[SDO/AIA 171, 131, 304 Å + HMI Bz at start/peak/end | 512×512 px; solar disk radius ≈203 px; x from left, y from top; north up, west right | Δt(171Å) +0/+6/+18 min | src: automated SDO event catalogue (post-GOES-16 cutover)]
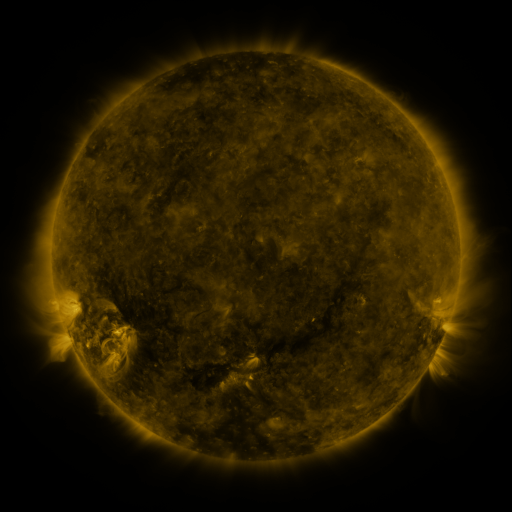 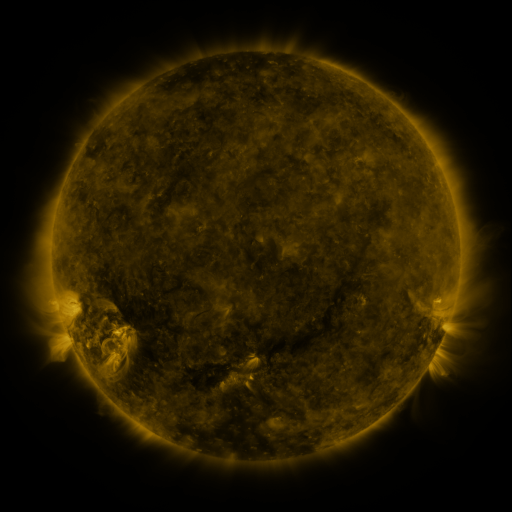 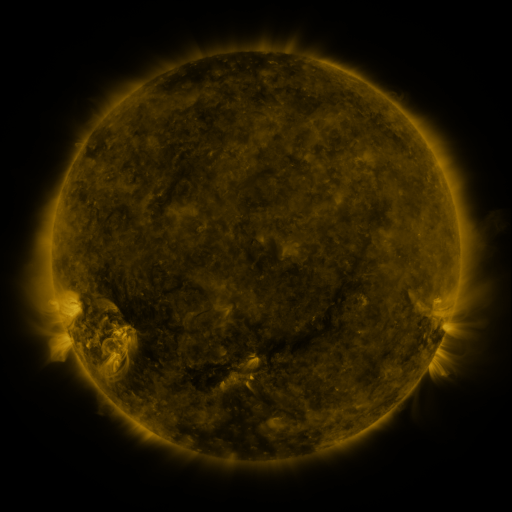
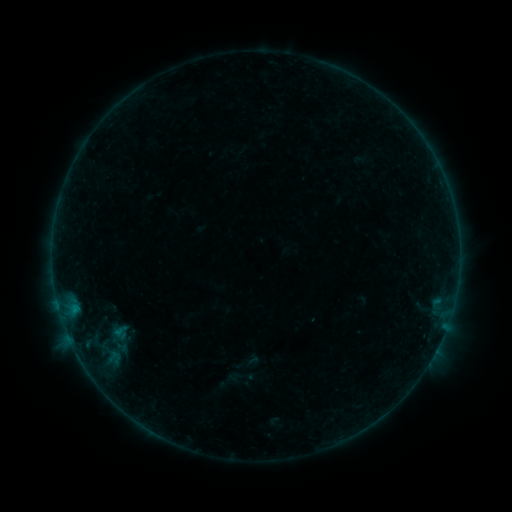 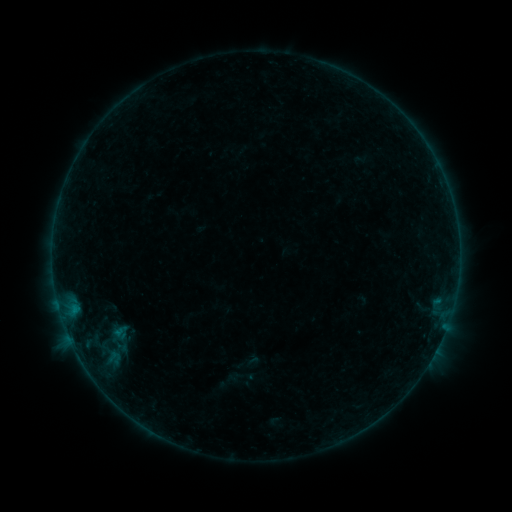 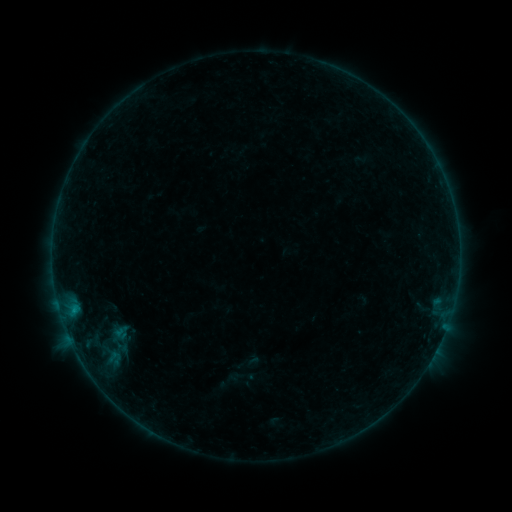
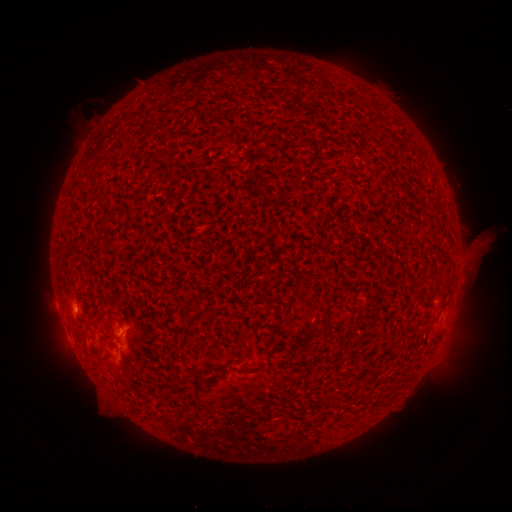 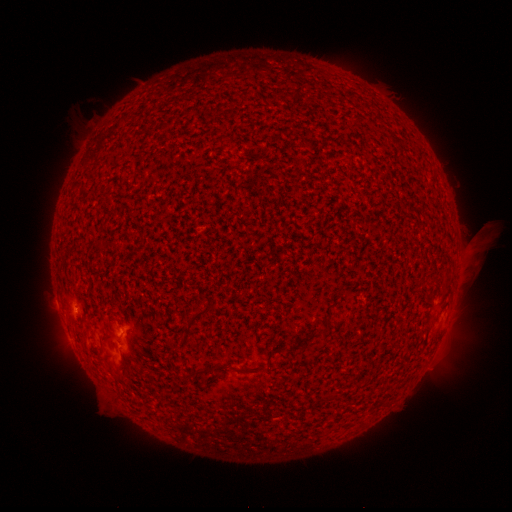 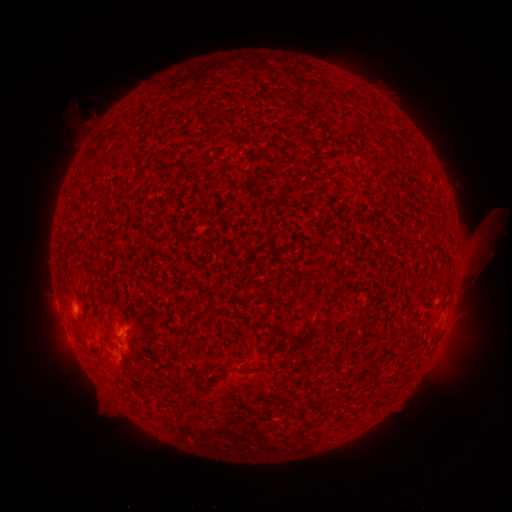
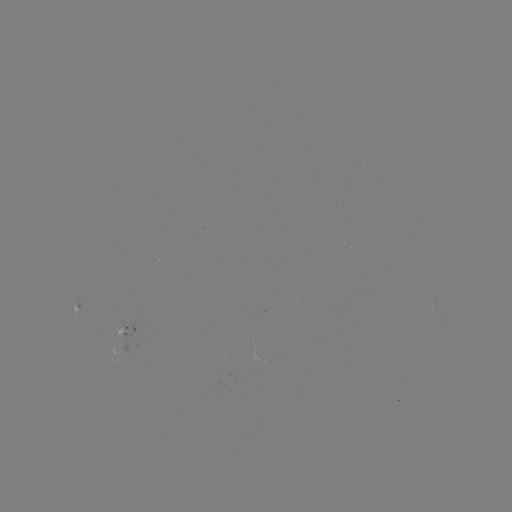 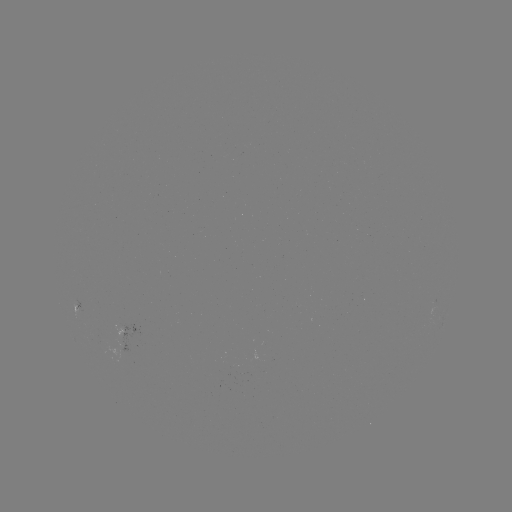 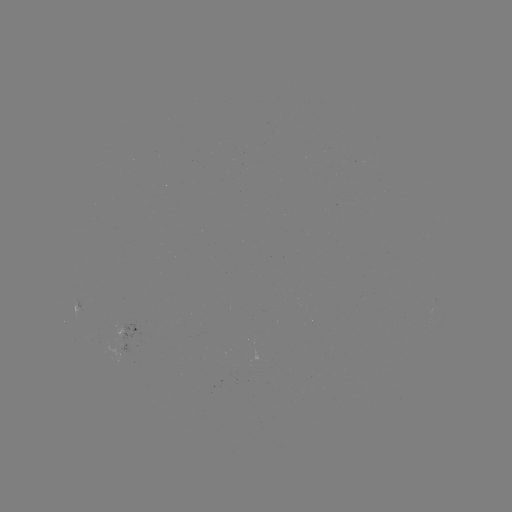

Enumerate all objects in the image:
B3.5 flare: (75, 307)
